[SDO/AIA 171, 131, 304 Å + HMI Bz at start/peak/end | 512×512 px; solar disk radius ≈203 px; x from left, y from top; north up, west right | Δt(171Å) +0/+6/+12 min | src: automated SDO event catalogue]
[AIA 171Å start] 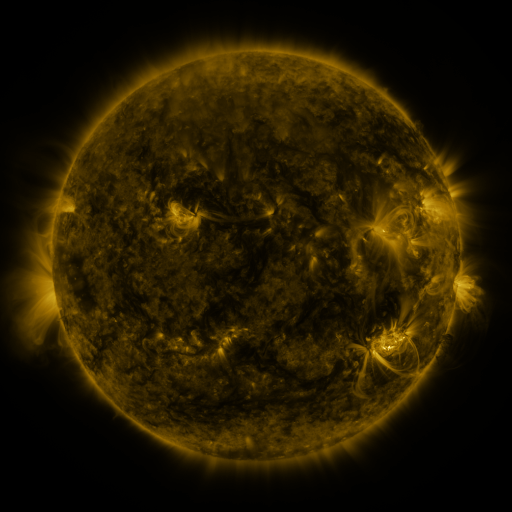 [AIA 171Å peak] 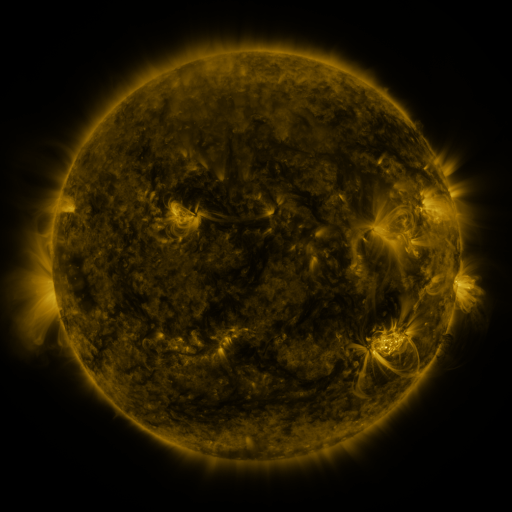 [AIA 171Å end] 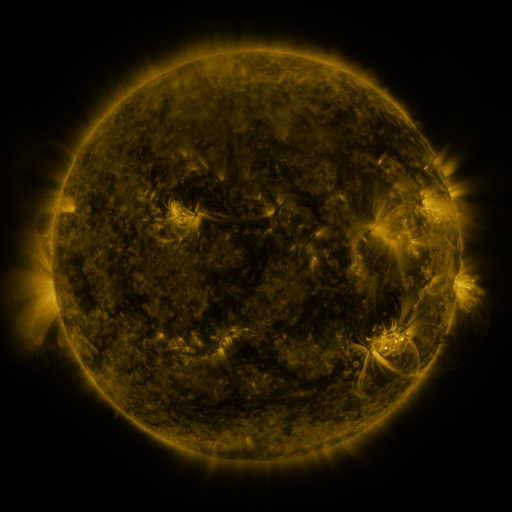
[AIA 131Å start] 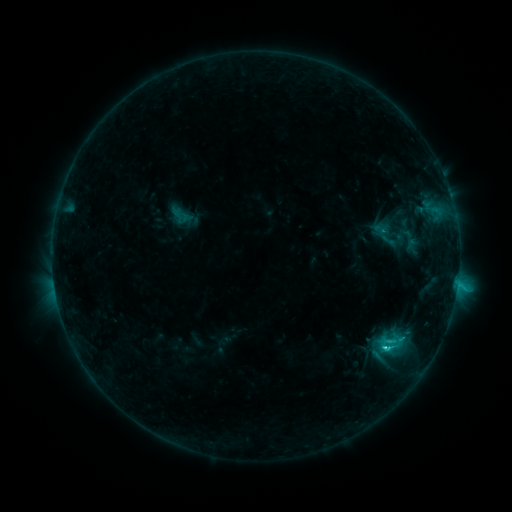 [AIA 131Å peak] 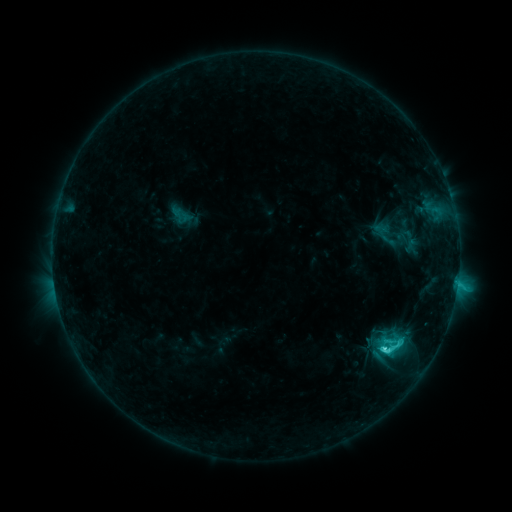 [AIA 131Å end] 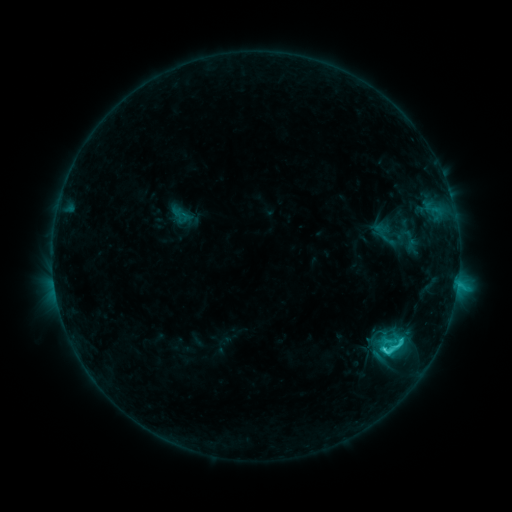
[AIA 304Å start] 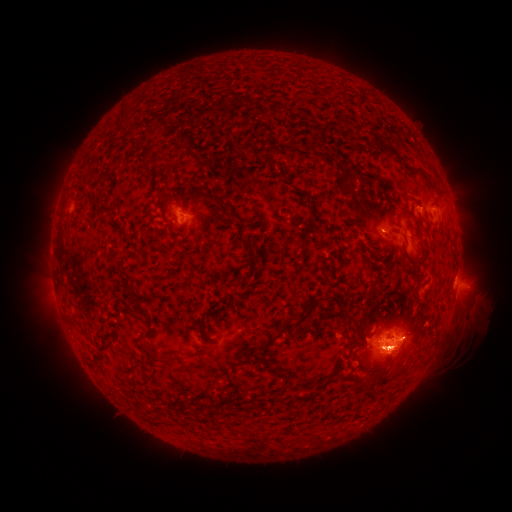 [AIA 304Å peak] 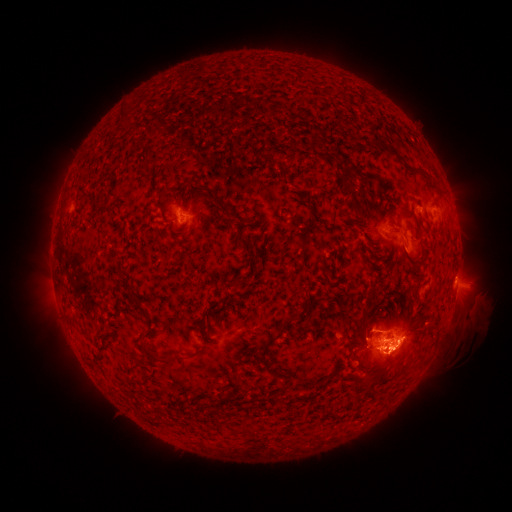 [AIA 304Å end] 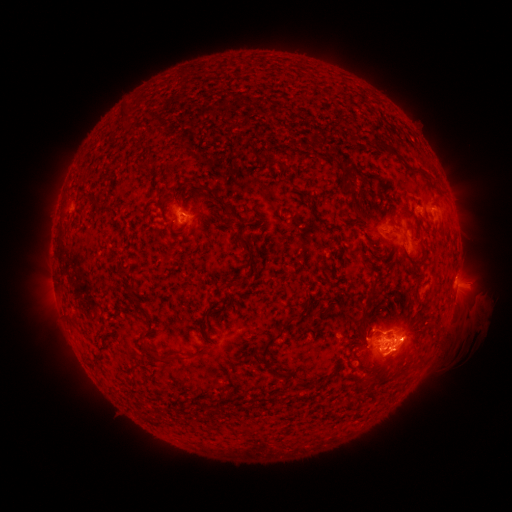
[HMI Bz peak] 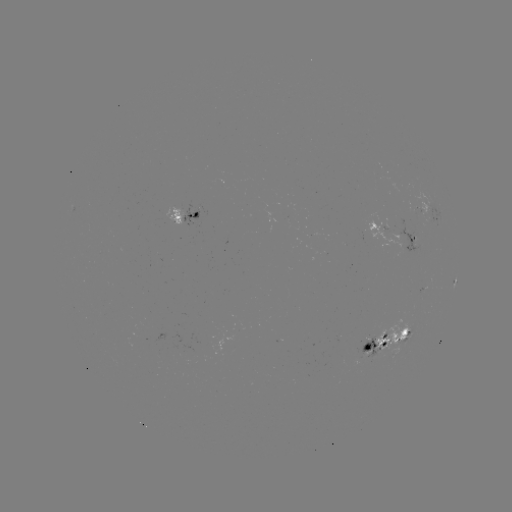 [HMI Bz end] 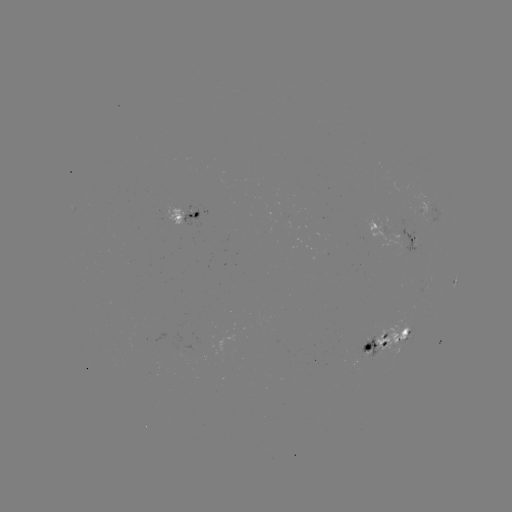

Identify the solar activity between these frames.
eruption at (401, 351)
